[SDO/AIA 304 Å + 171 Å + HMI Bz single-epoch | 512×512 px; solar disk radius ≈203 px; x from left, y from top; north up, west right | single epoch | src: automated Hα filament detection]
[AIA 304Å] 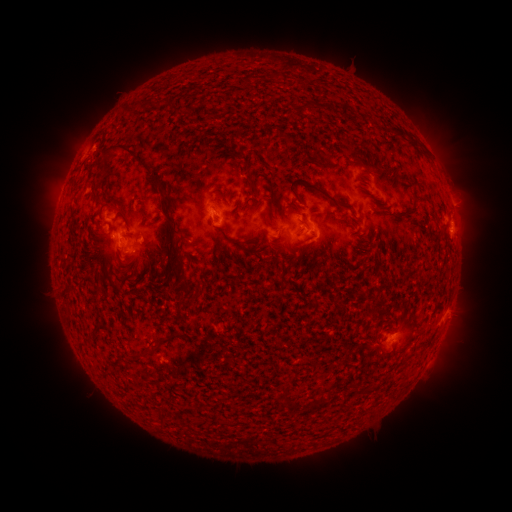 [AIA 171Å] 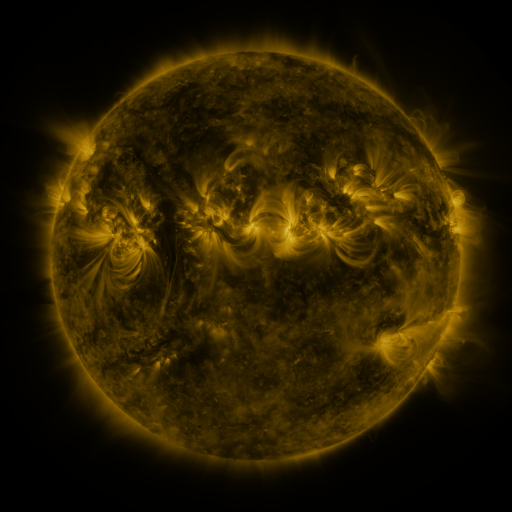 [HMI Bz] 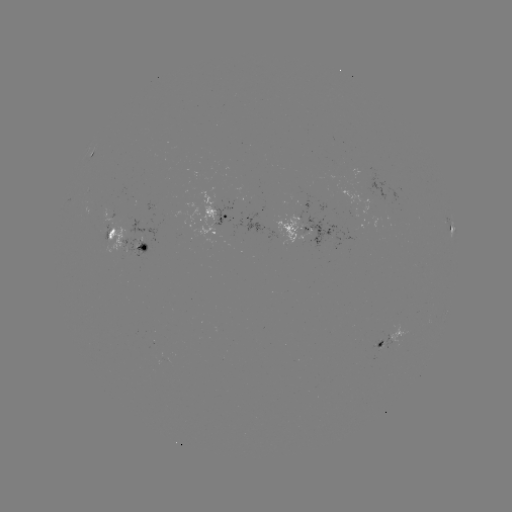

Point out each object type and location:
filament: <bbox>245, 74, 252, 85</bbox>
filament: <bbox>341, 105, 351, 117</bbox>
filament: <bbox>112, 142, 151, 171</bbox>
filament: <bbox>247, 176, 257, 188</bbox>
filament: <bbox>288, 178, 355, 213</bbox>
filament: <bbox>263, 212, 274, 227</bbox>
filament: <bbox>165, 215, 180, 234</bbox>
filament: <bbox>105, 226, 116, 241</bbox>
filament: <bbox>277, 266, 290, 287</bbox>
filament: <bbox>146, 335, 161, 346</bbox>
filament: <bbox>319, 398, 330, 406</bbox>
